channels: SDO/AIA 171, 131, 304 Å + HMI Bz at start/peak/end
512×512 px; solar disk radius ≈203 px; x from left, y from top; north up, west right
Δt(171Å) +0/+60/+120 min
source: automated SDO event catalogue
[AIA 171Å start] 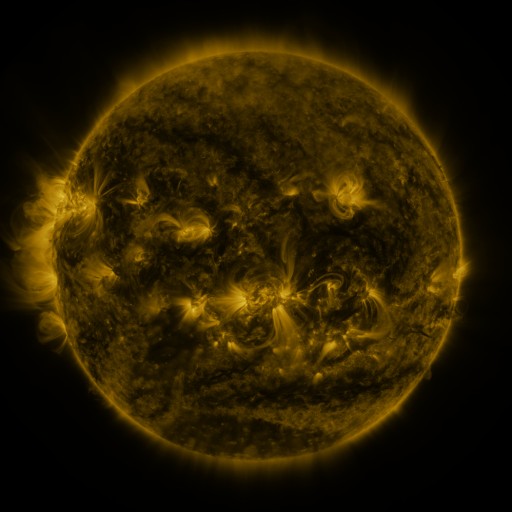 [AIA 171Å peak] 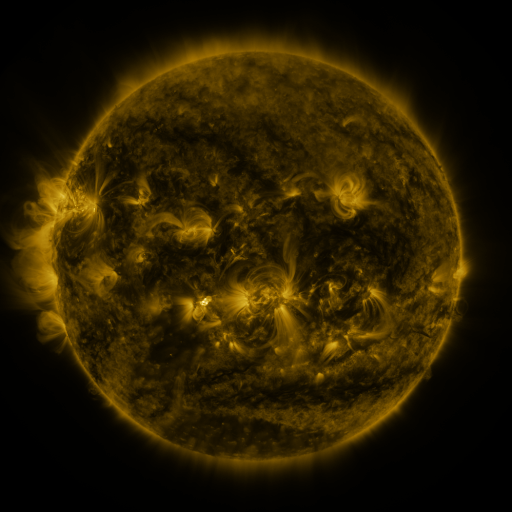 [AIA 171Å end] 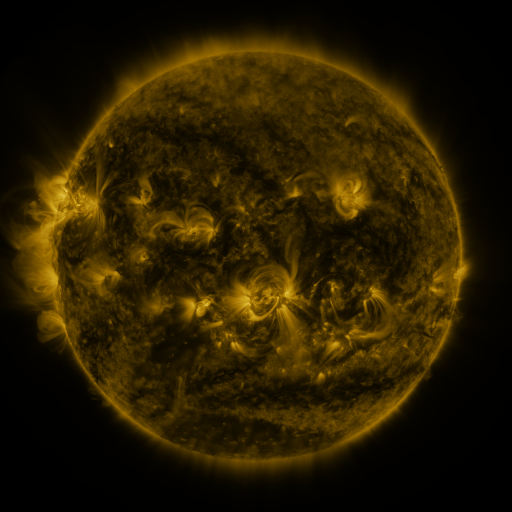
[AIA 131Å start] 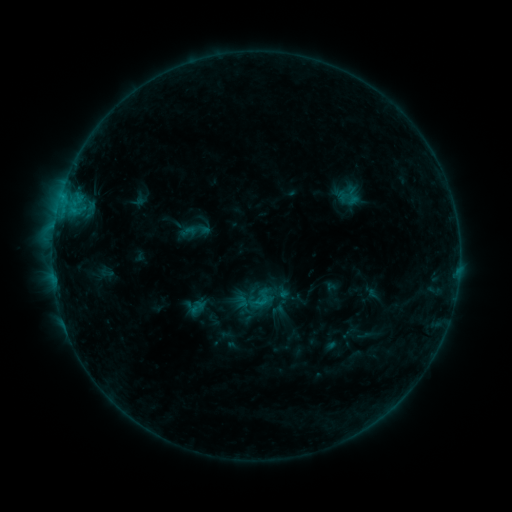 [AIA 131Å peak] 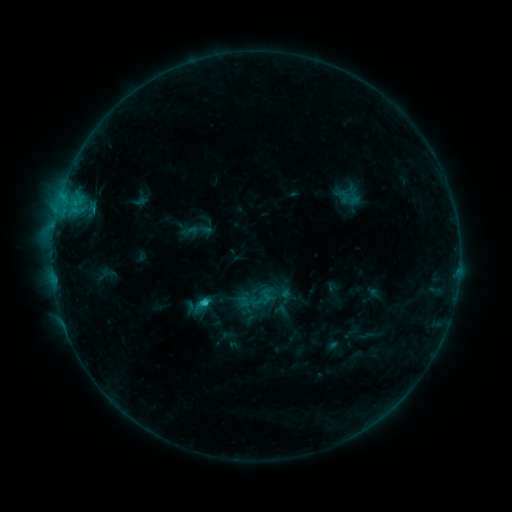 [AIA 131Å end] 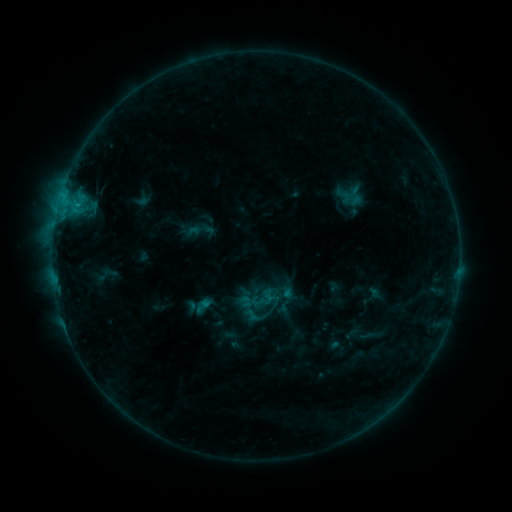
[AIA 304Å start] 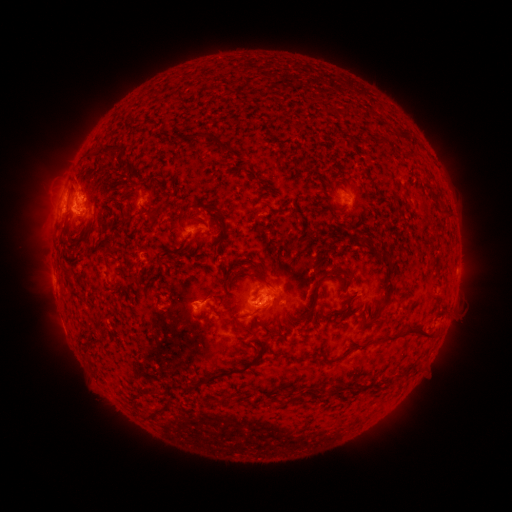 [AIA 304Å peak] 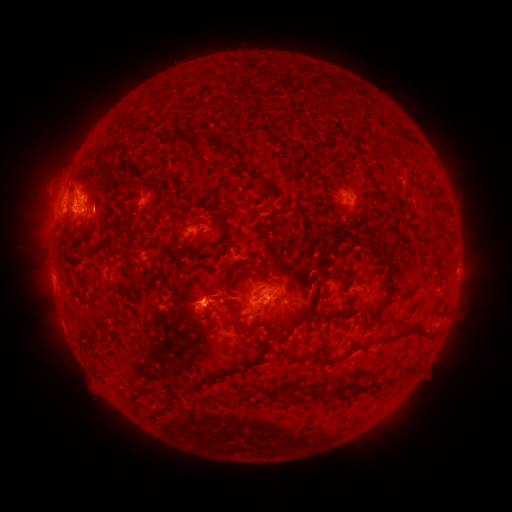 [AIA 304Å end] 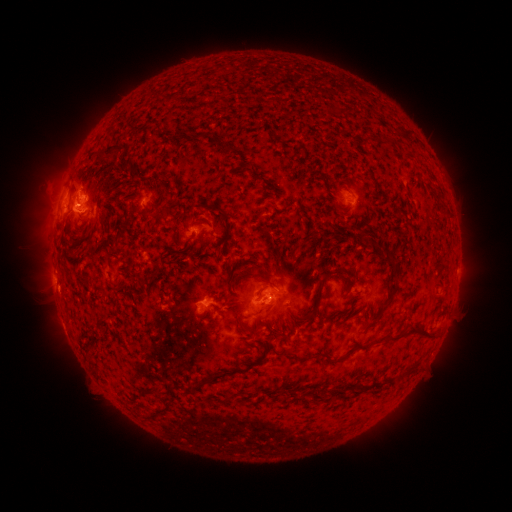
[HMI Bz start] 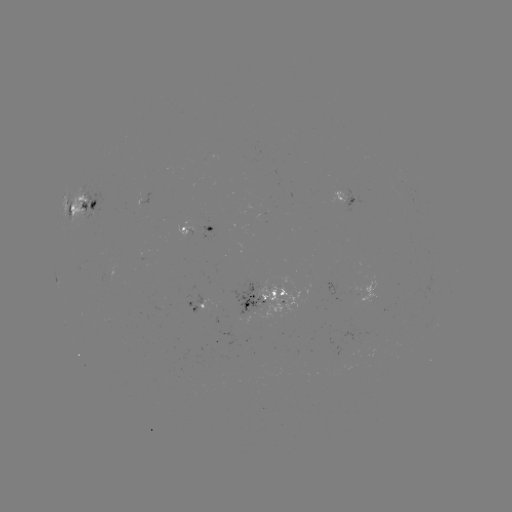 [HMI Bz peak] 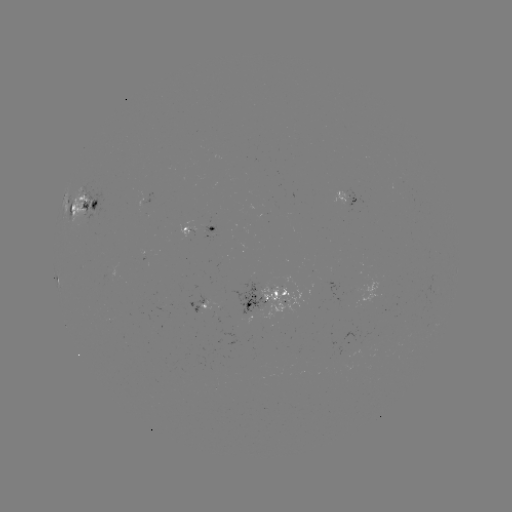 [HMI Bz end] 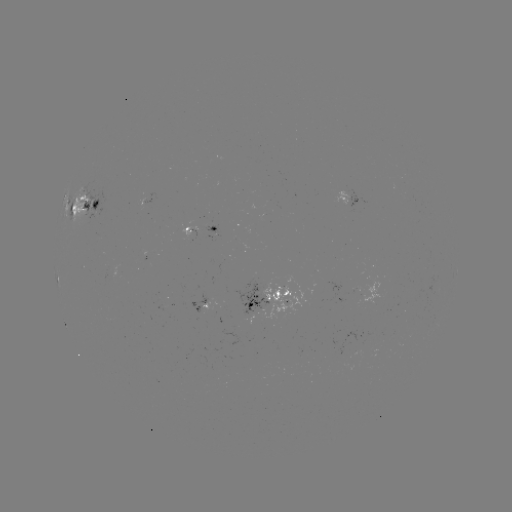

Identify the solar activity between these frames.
filament eruption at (248, 302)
